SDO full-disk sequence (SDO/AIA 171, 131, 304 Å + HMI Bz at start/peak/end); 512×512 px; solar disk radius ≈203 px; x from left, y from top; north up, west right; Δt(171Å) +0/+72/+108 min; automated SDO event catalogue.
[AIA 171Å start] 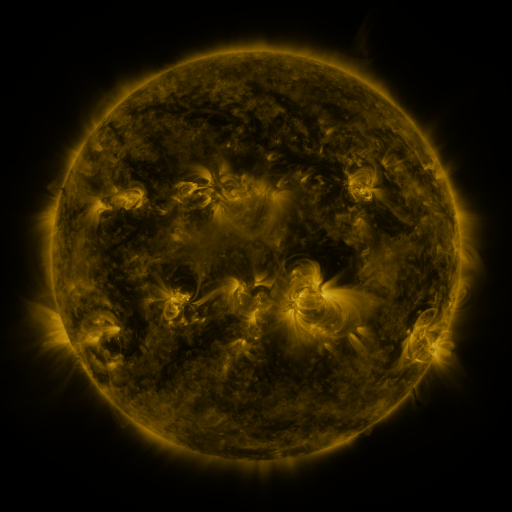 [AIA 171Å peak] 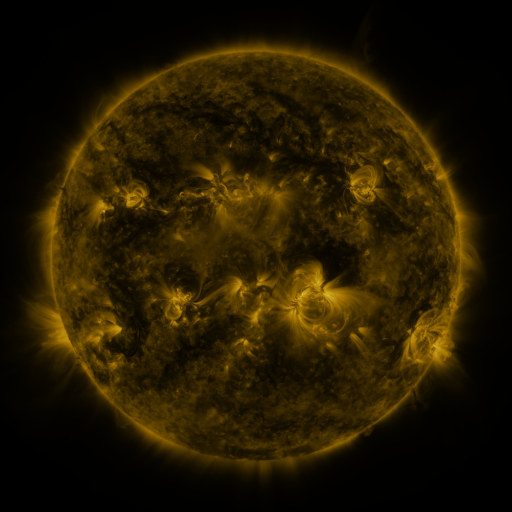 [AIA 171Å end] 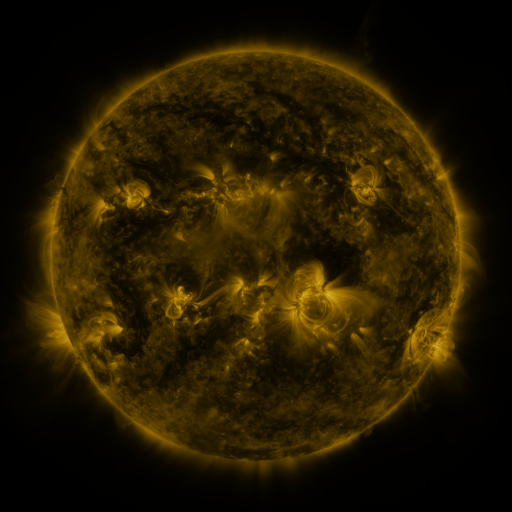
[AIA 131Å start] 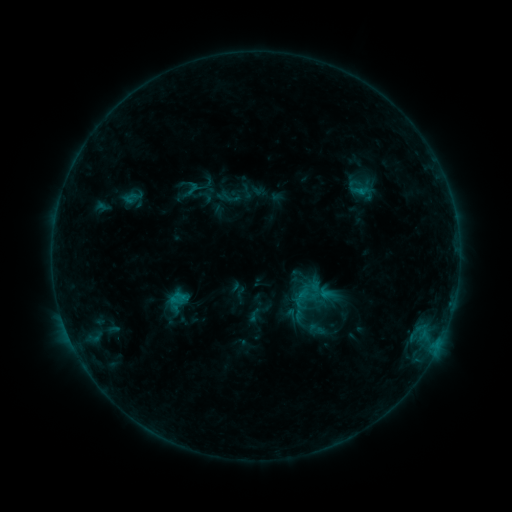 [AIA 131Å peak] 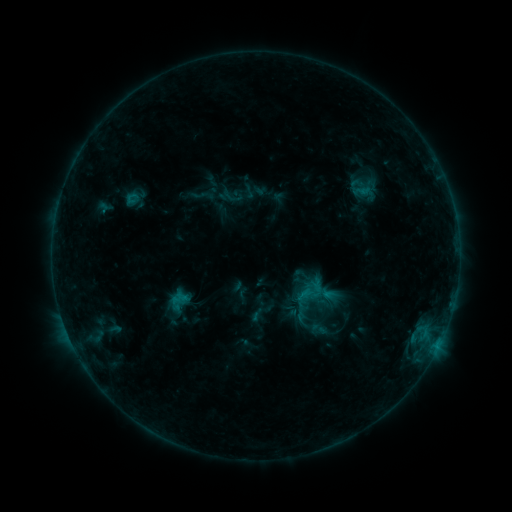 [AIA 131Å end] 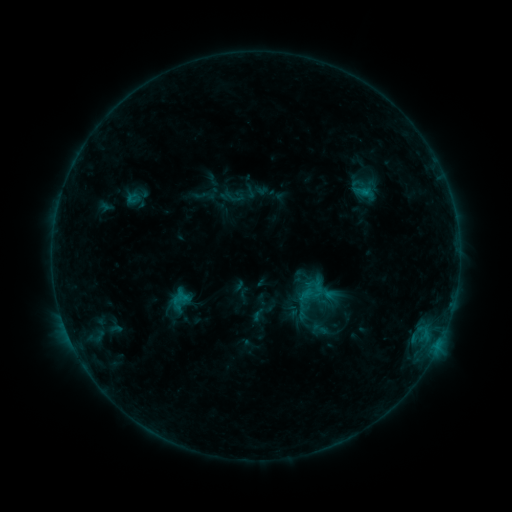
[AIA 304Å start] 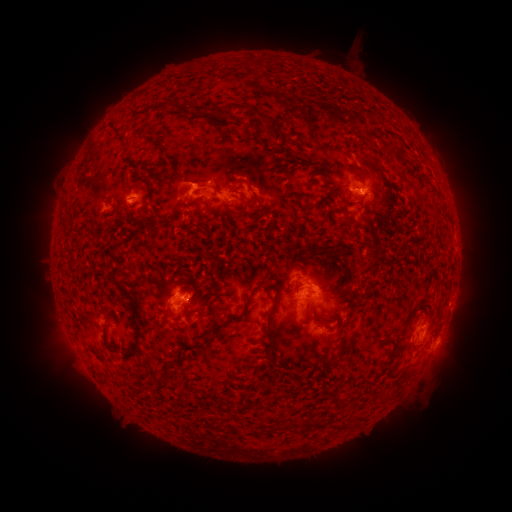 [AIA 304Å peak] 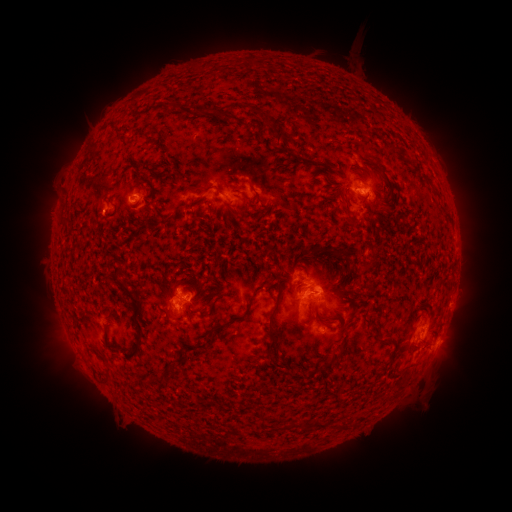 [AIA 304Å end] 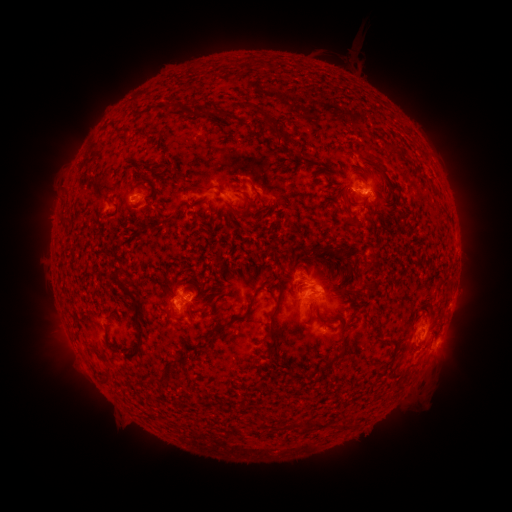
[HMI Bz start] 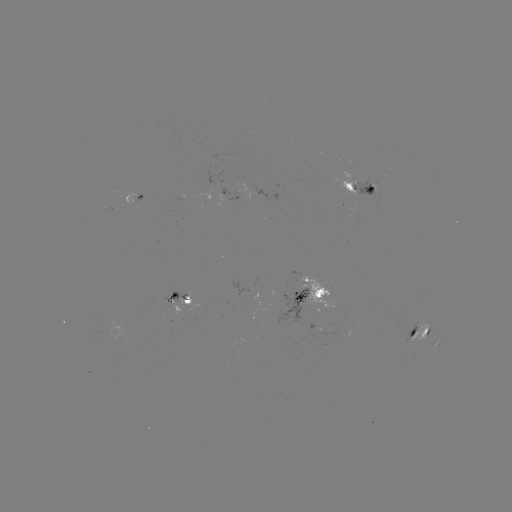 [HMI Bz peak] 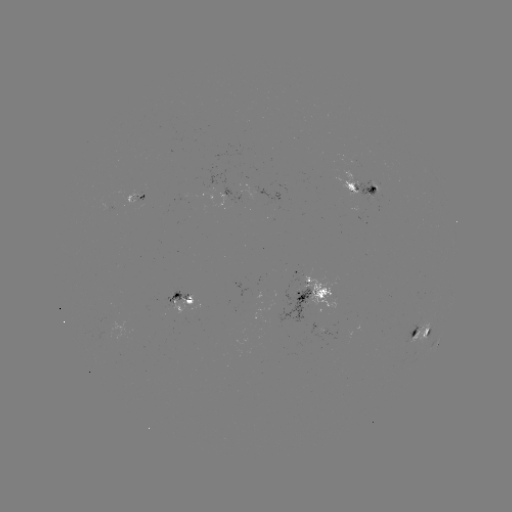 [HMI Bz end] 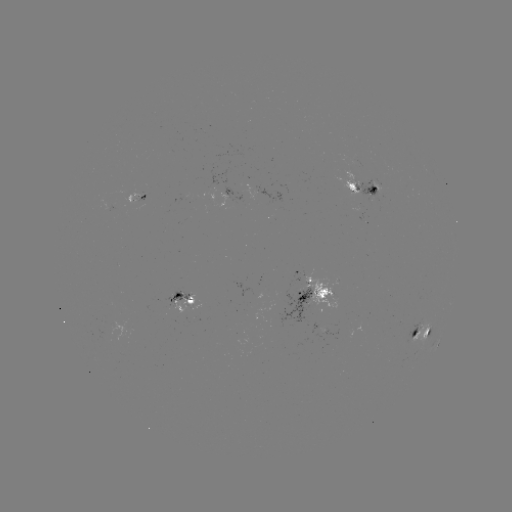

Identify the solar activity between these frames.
emerging-flux region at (376, 197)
